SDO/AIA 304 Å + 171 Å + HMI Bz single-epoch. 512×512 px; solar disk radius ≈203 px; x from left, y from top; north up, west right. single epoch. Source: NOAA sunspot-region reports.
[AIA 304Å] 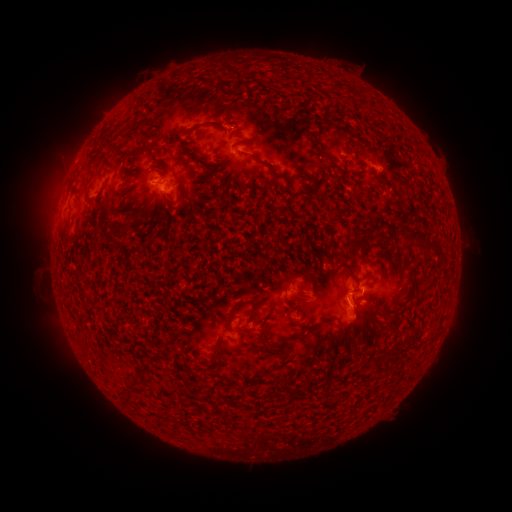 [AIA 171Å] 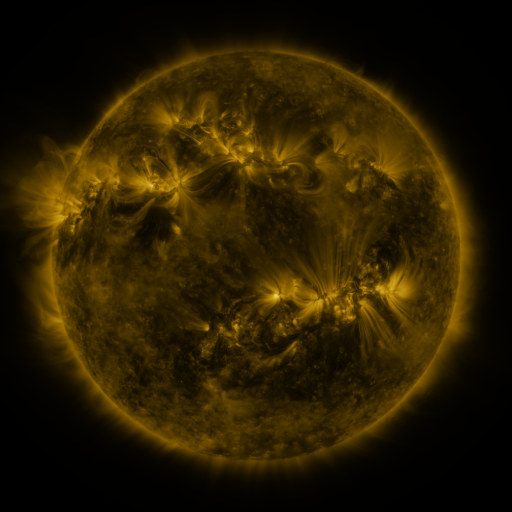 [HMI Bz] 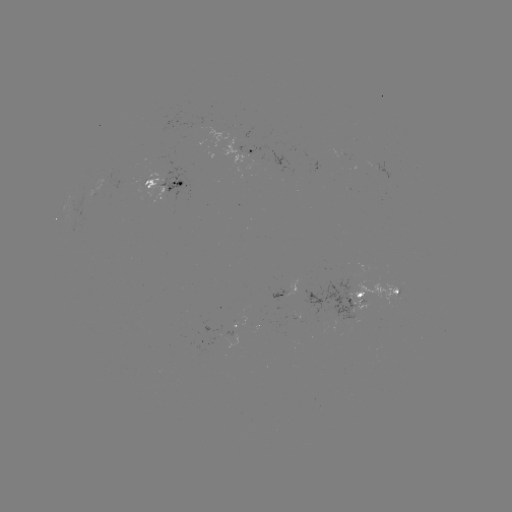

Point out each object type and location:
spotted active region: (259, 155)
spotted active region: (166, 183)
spotted active region: (289, 293)
spotted active region: (373, 297)
spotted active region: (236, 323)
